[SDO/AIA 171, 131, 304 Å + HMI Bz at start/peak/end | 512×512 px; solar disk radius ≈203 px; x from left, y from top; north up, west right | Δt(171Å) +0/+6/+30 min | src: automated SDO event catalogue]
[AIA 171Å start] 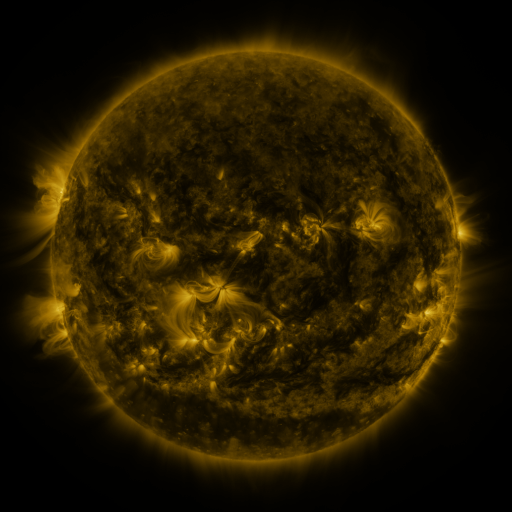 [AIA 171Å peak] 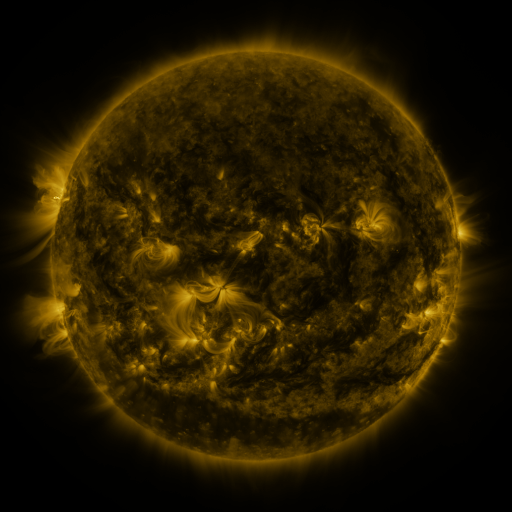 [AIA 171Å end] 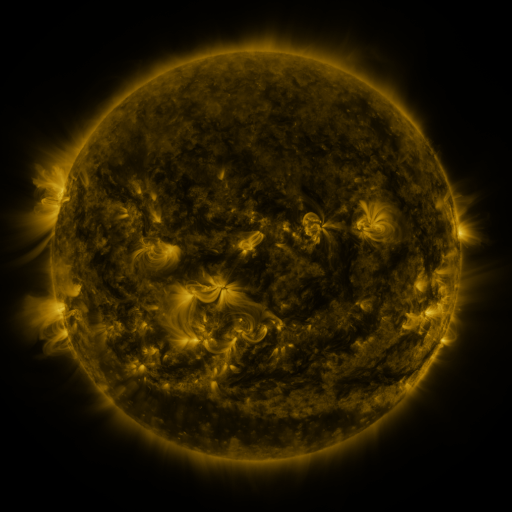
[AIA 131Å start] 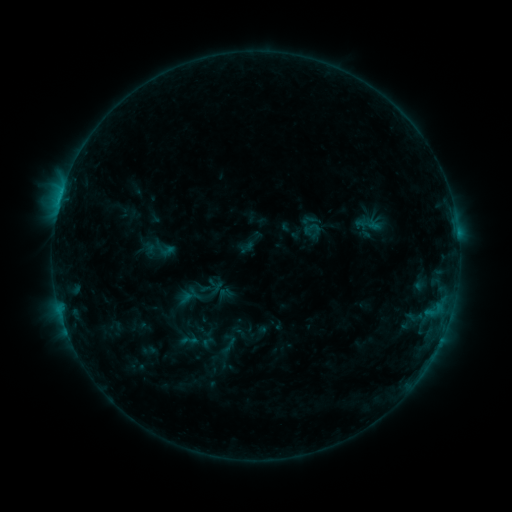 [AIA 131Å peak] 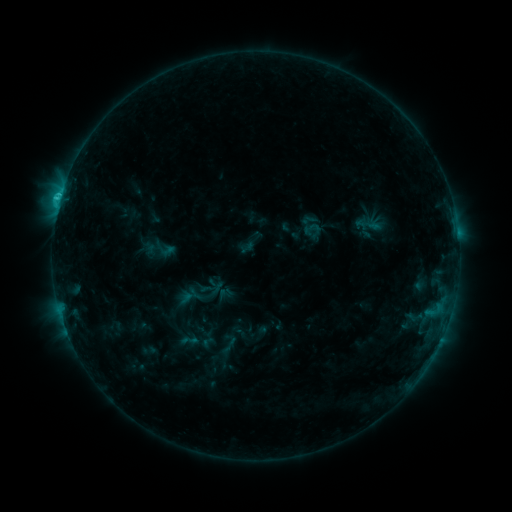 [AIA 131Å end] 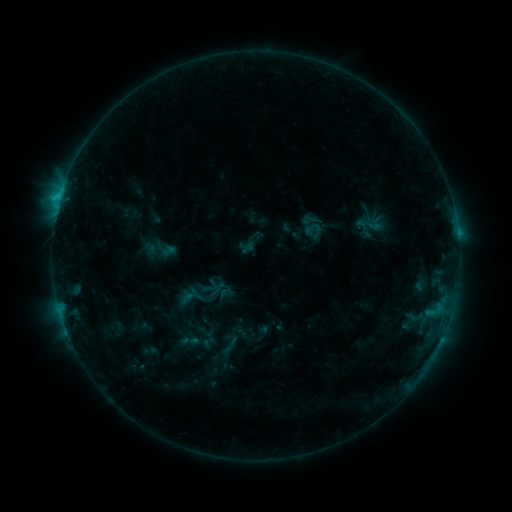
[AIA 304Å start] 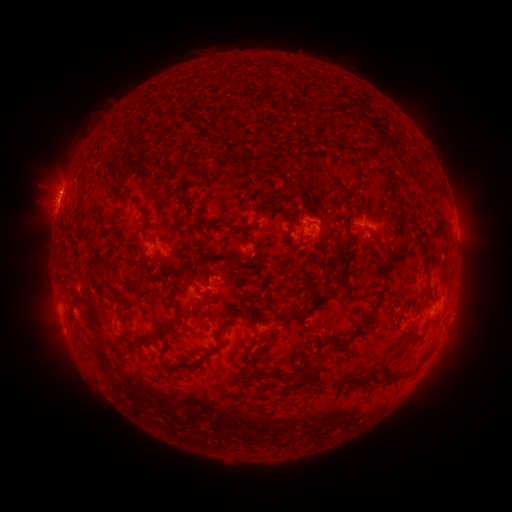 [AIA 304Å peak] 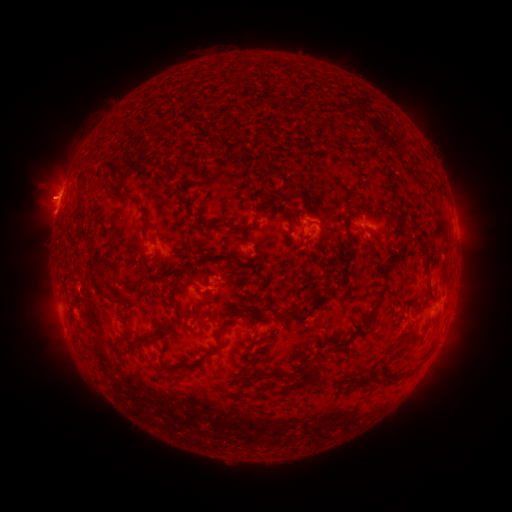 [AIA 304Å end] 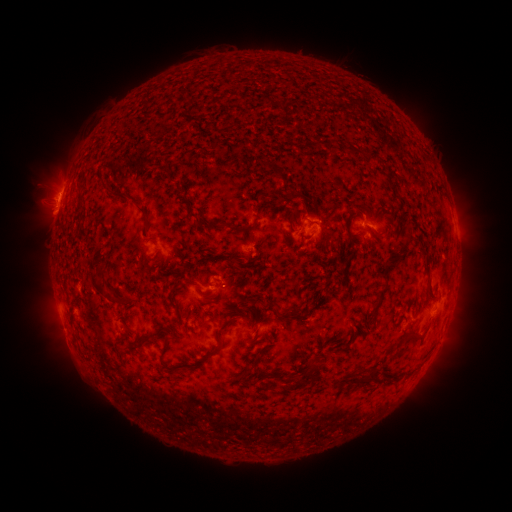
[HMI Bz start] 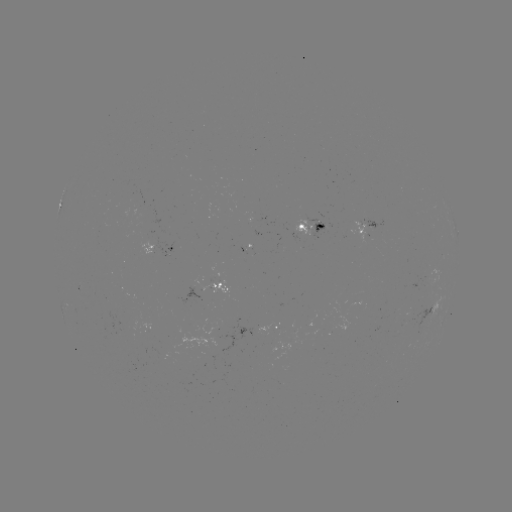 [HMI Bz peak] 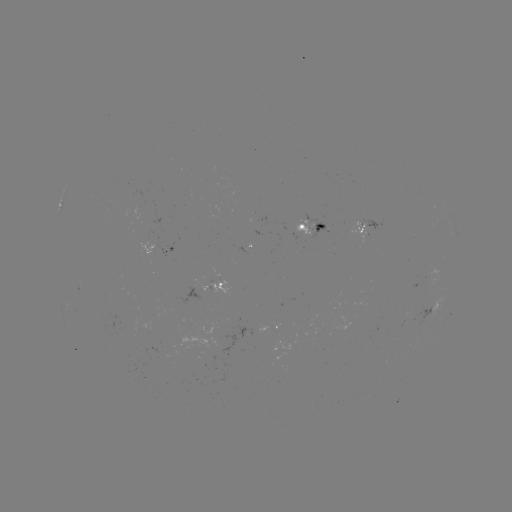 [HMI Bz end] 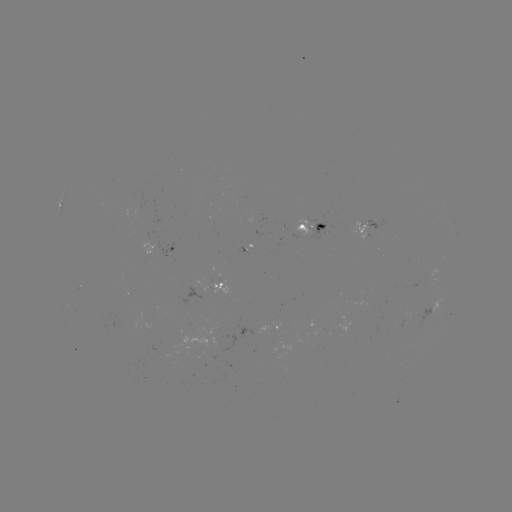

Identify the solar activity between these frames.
C1.9 flare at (60, 200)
